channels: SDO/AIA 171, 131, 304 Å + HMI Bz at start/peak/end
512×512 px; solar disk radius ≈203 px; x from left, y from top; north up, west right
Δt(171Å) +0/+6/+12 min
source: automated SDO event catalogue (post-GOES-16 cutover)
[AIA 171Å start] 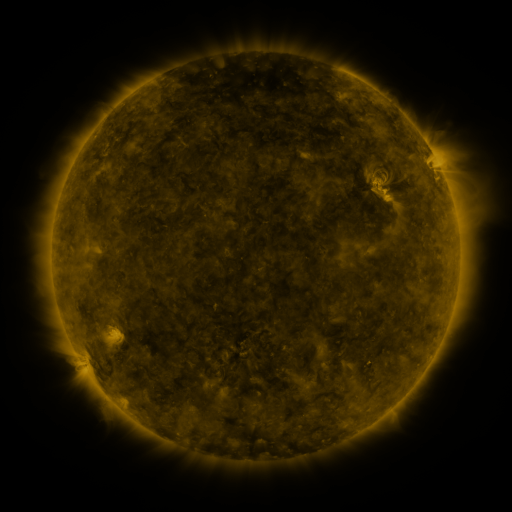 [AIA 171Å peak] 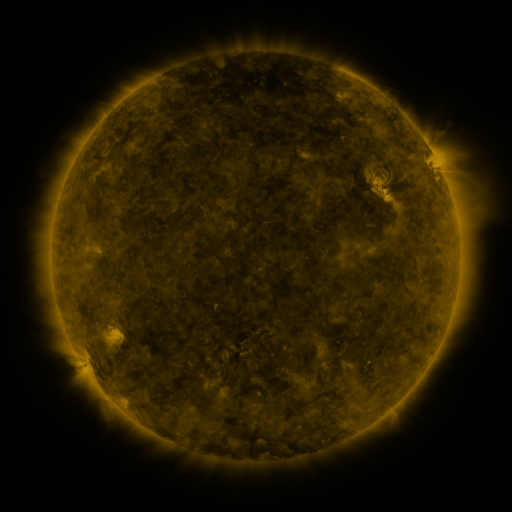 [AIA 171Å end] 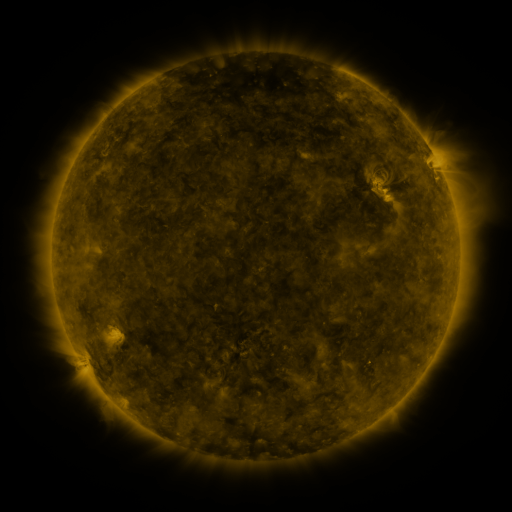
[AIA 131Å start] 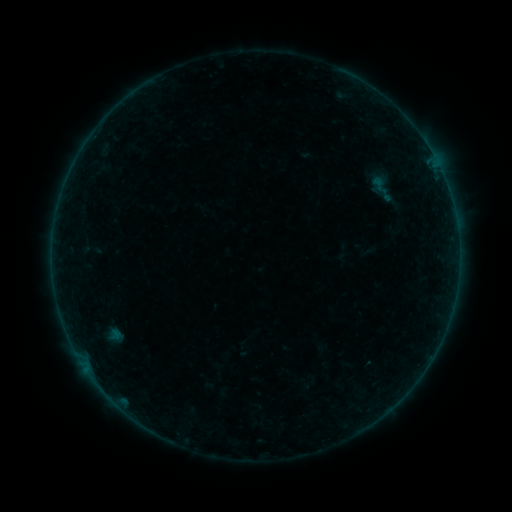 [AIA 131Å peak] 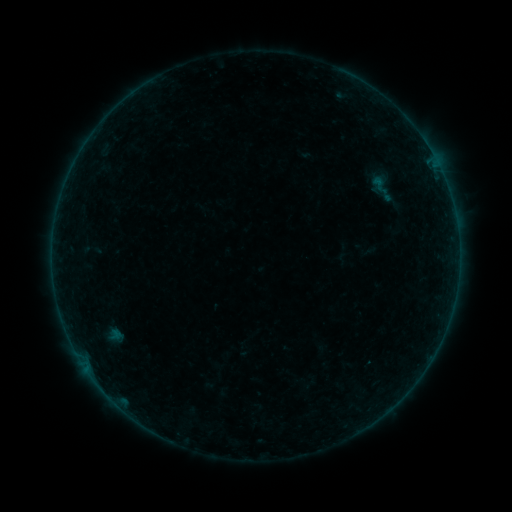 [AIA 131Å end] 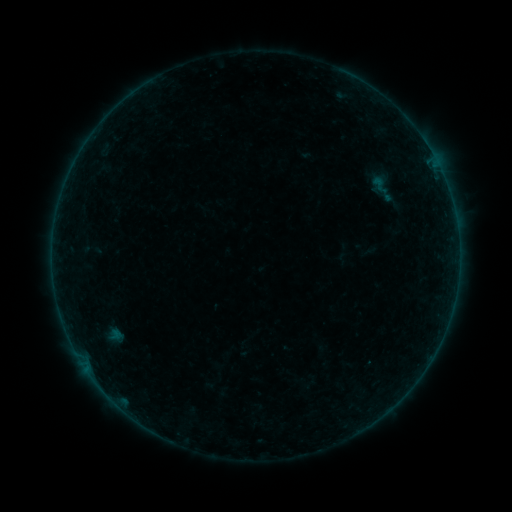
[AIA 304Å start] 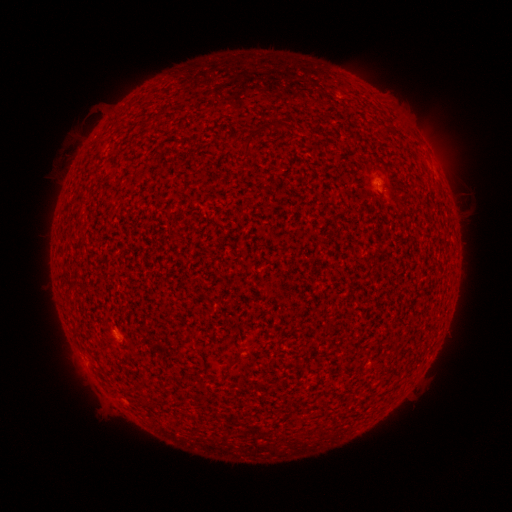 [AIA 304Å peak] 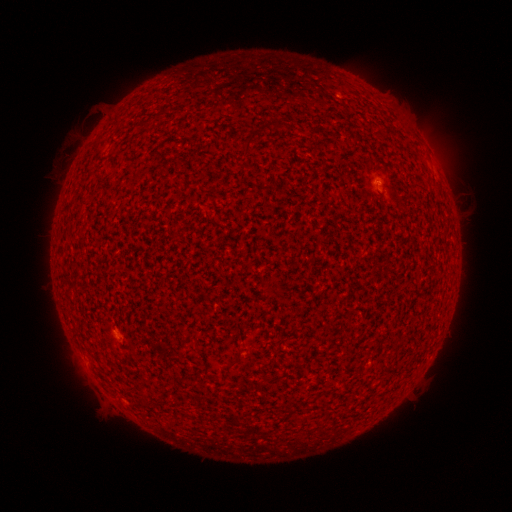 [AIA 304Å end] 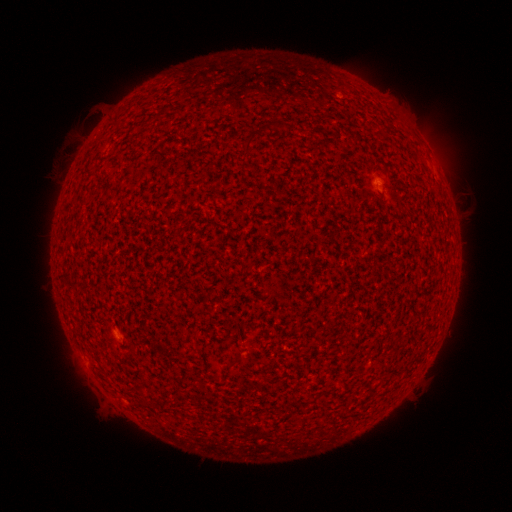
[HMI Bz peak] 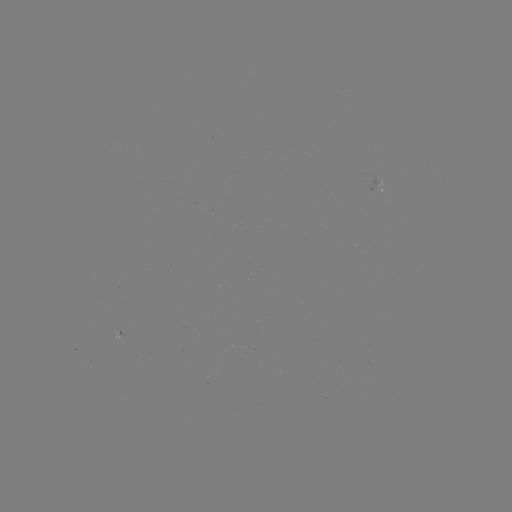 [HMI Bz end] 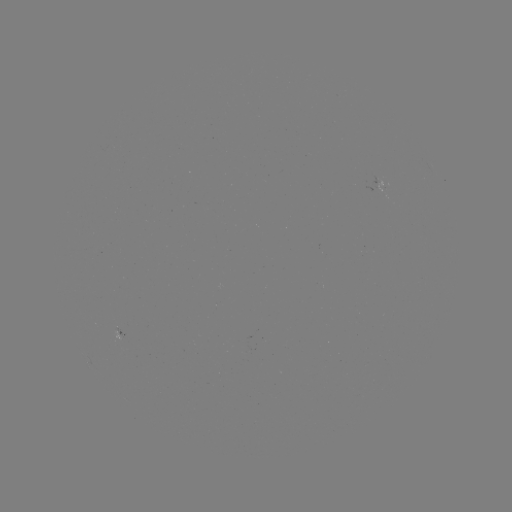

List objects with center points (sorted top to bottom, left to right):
A3.3 flare: (378, 182)
